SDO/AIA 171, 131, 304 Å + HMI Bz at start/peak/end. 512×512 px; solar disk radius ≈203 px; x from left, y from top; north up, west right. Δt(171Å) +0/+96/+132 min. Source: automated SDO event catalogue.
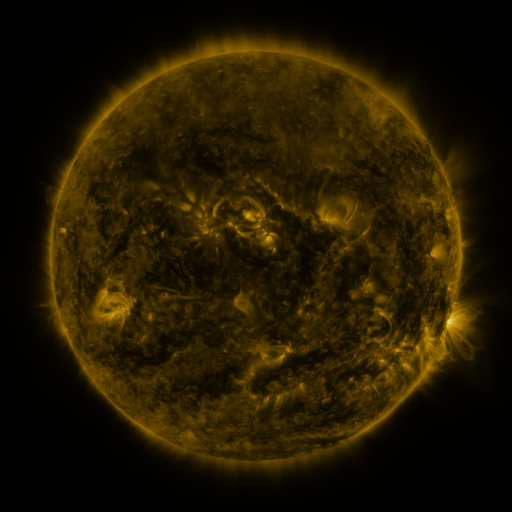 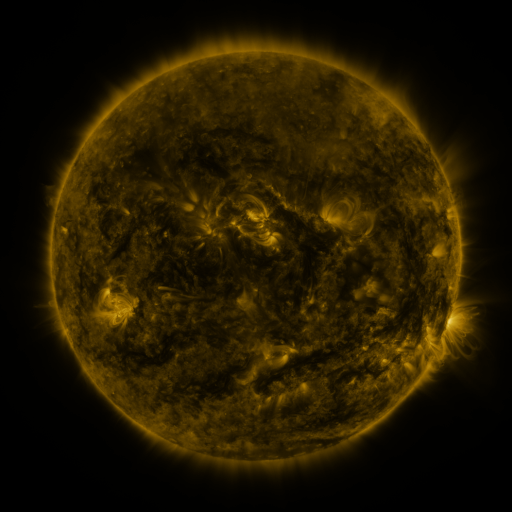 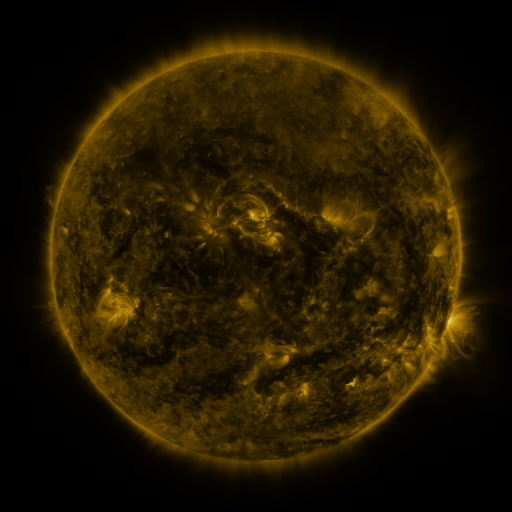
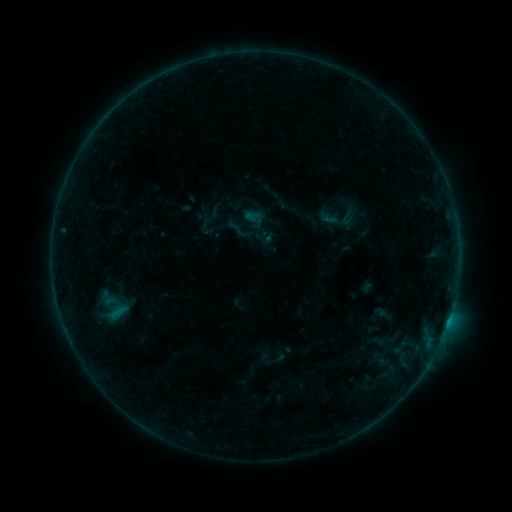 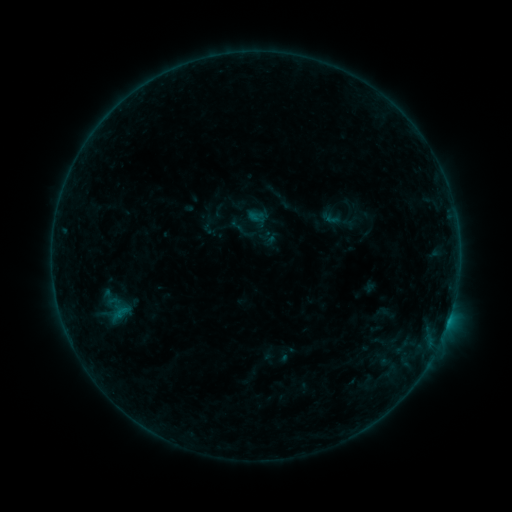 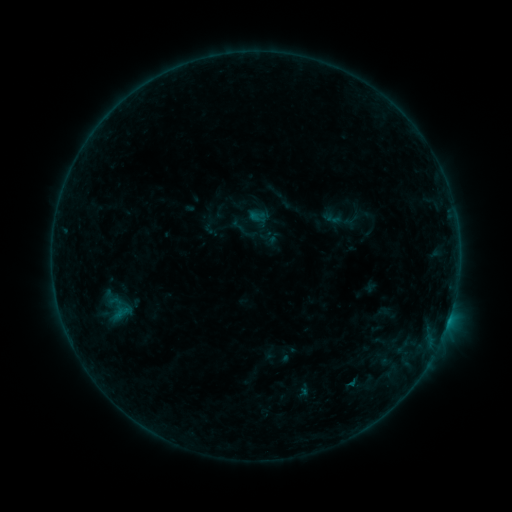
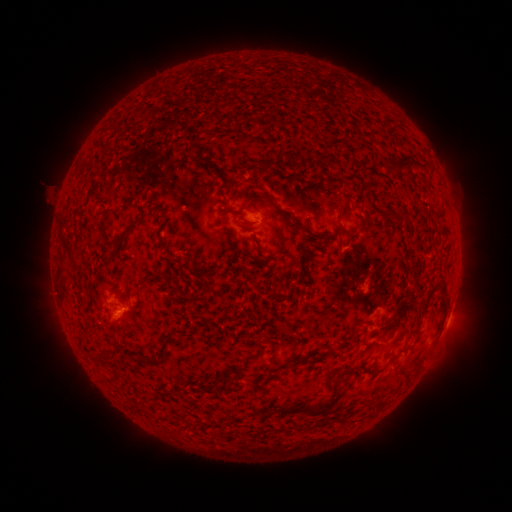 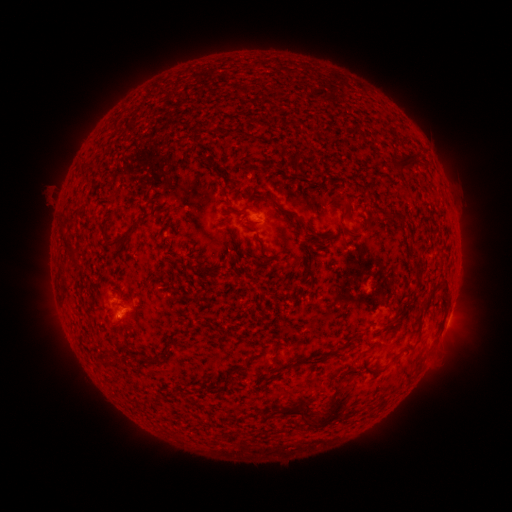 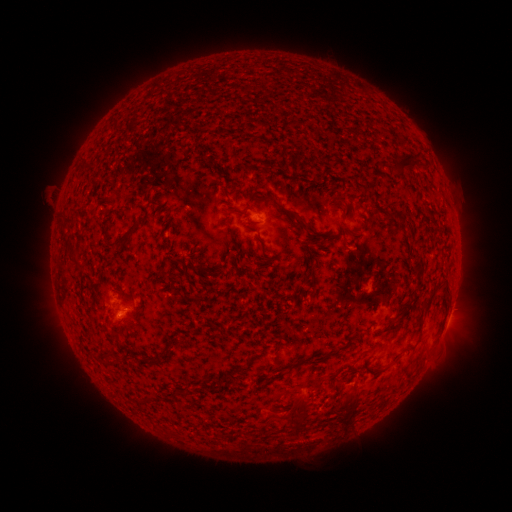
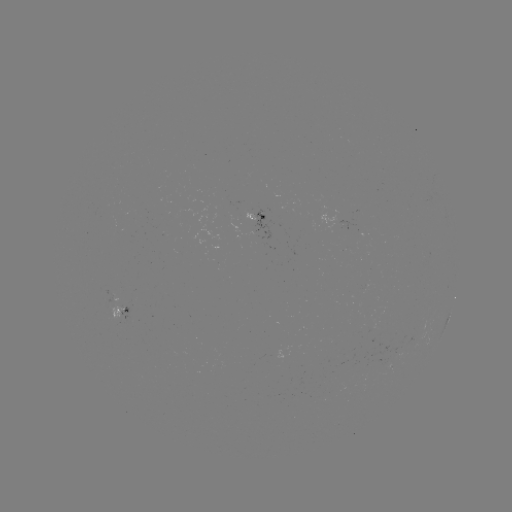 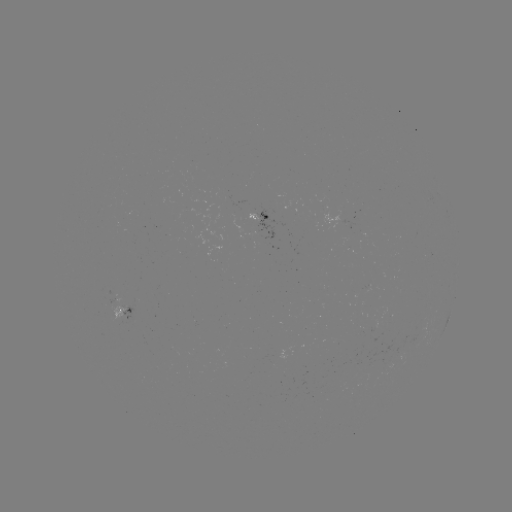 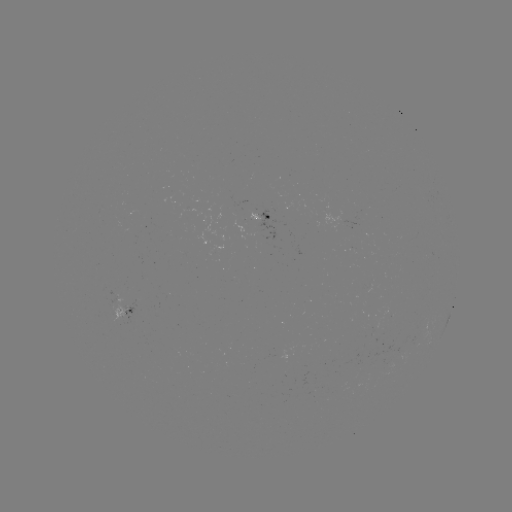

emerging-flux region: <bbox>352, 216, 362, 221</bbox>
